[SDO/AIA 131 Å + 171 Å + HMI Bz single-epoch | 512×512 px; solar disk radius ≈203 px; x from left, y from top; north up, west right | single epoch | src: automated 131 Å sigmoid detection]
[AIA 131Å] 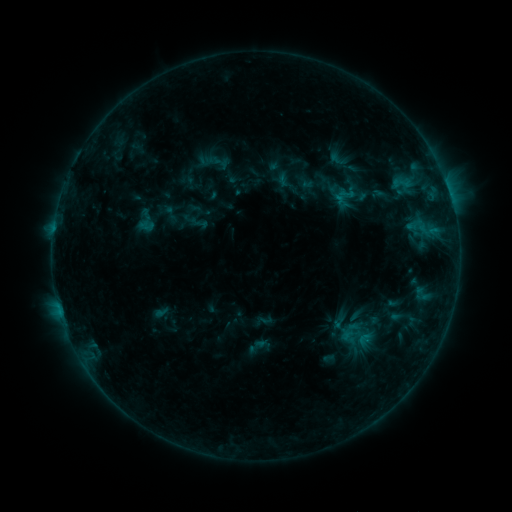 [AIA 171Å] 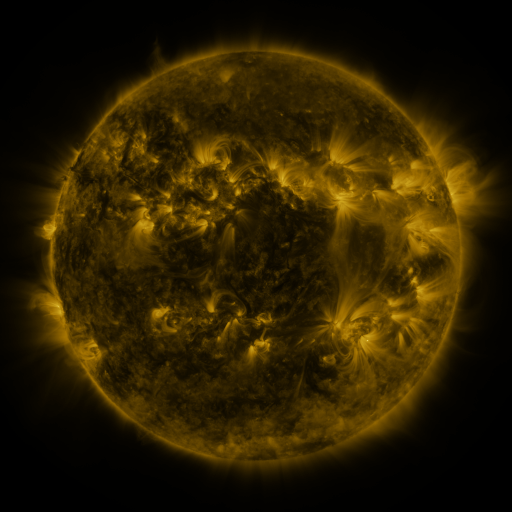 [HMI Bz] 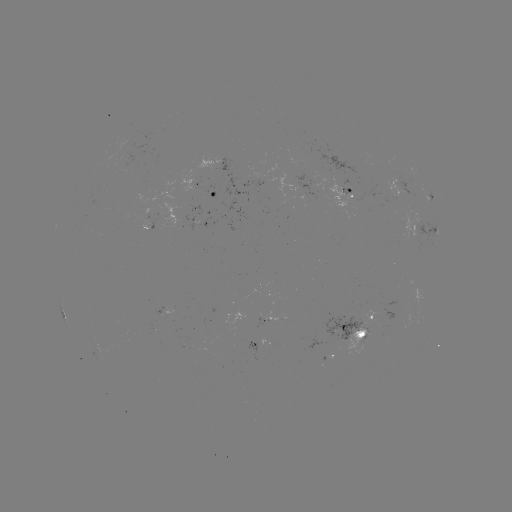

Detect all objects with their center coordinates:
sigmoid: <bbox>323, 149, 352, 169</bbox>
sigmoid: <bbox>211, 153, 230, 172</bbox>
sigmoid: <bbox>335, 184, 358, 202</bbox>
